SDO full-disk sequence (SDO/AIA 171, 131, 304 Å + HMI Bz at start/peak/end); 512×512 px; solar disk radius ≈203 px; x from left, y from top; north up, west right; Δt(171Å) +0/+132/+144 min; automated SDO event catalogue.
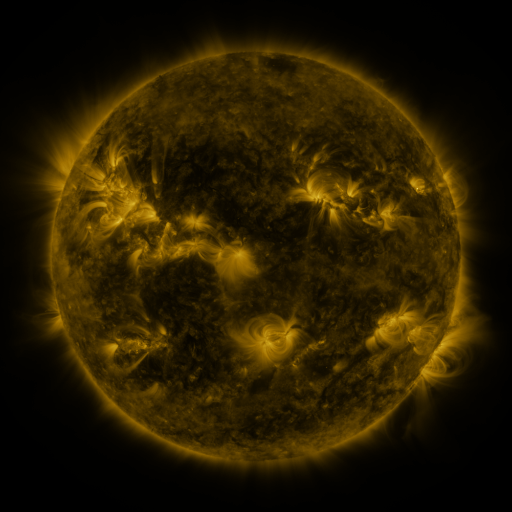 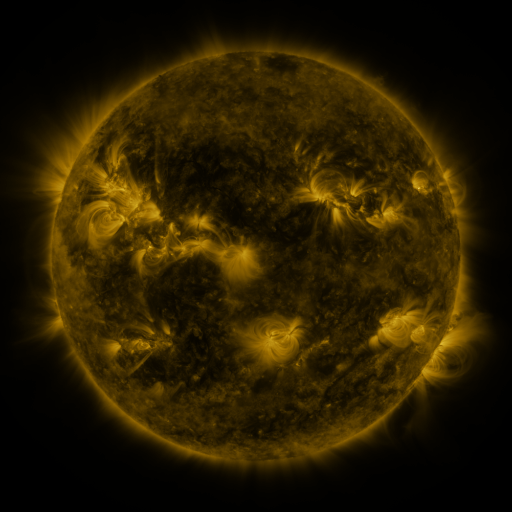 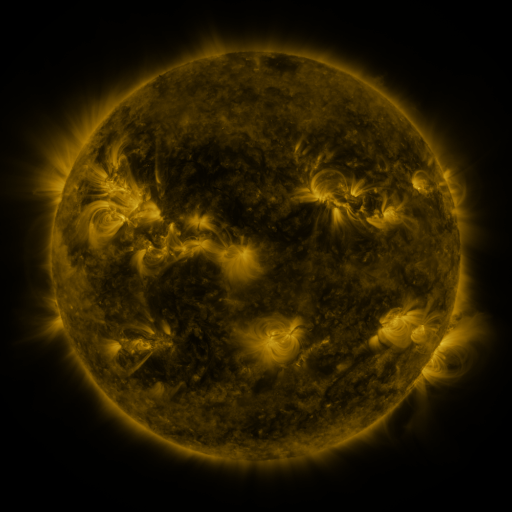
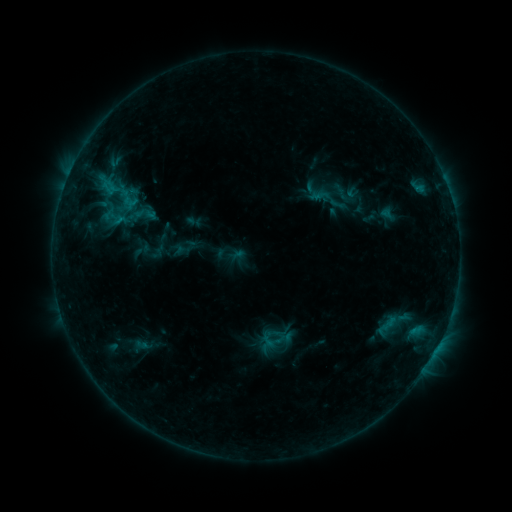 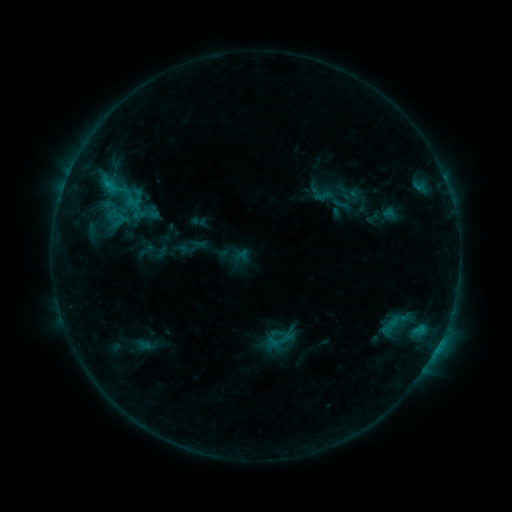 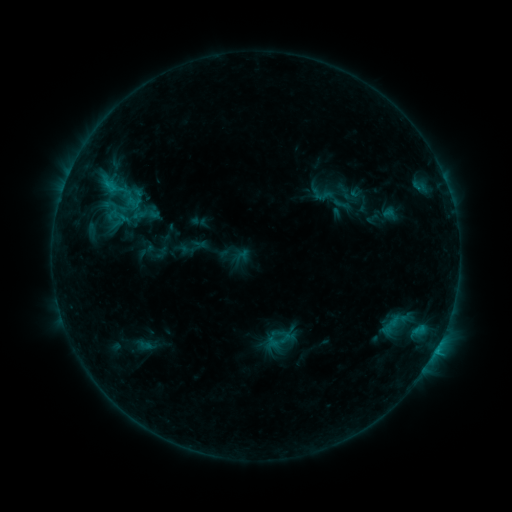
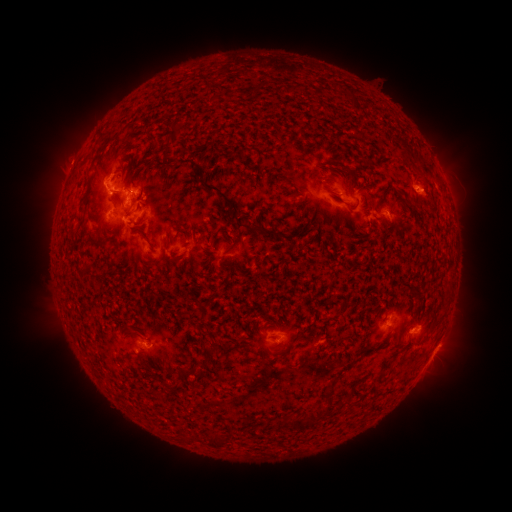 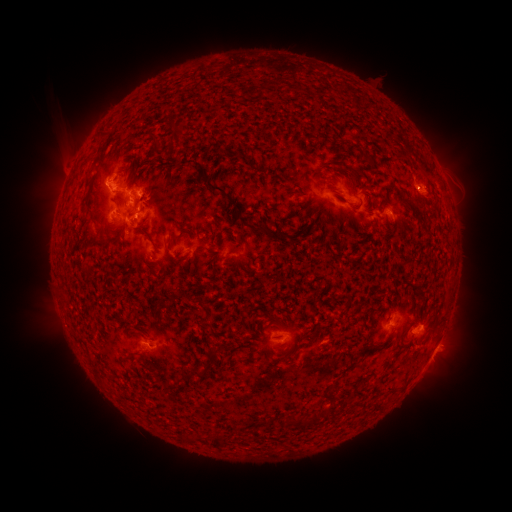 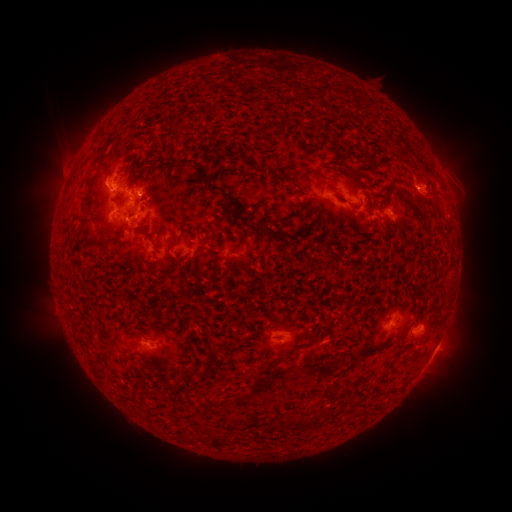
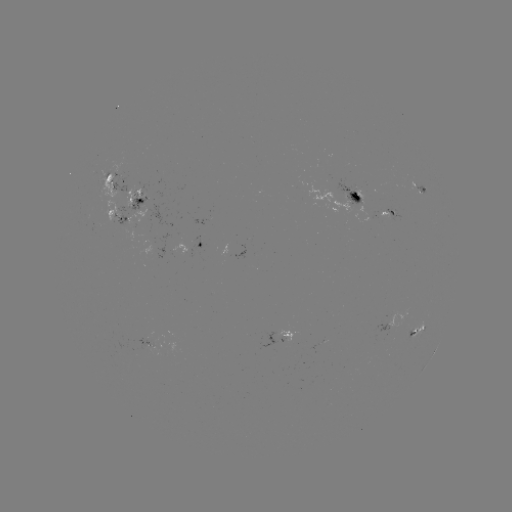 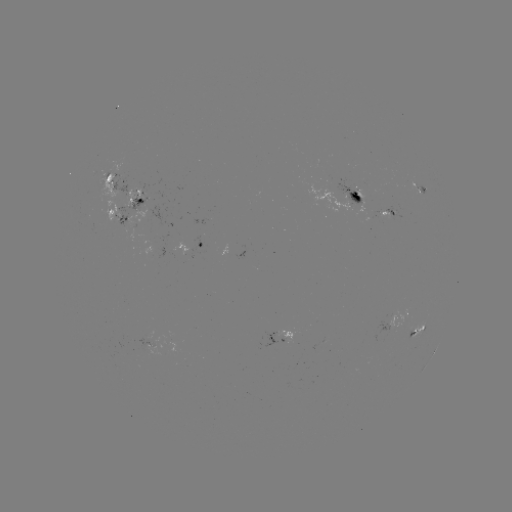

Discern emerging-flux region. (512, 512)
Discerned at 137,195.